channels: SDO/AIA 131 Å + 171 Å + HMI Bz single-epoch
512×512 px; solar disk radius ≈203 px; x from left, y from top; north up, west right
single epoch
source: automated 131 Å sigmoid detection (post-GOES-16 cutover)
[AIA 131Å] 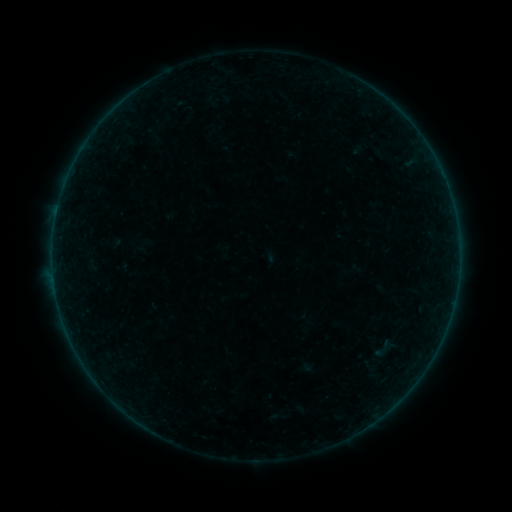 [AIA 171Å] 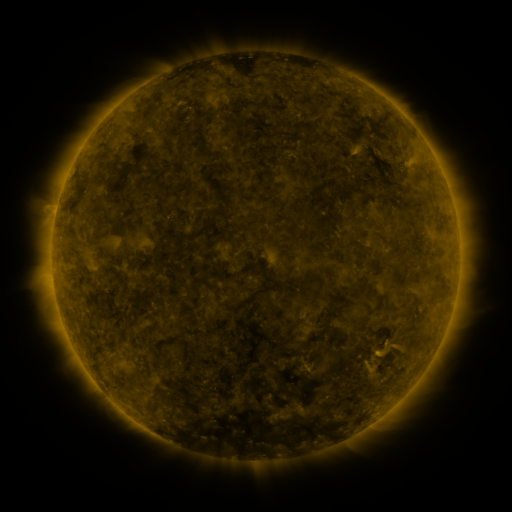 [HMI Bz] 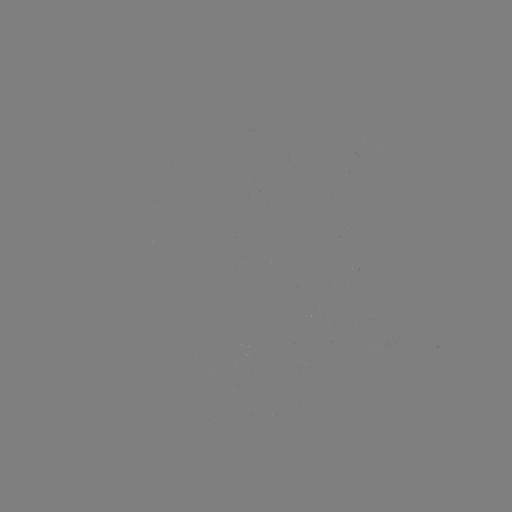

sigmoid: <bbox>371, 336, 393, 361</bbox>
